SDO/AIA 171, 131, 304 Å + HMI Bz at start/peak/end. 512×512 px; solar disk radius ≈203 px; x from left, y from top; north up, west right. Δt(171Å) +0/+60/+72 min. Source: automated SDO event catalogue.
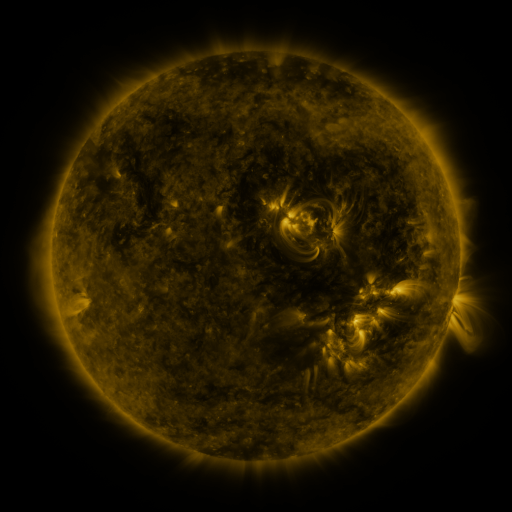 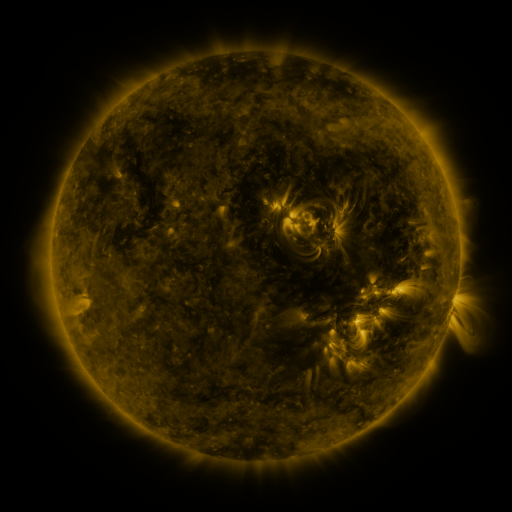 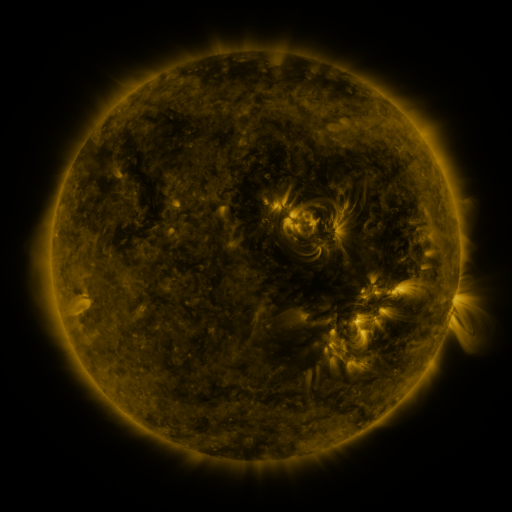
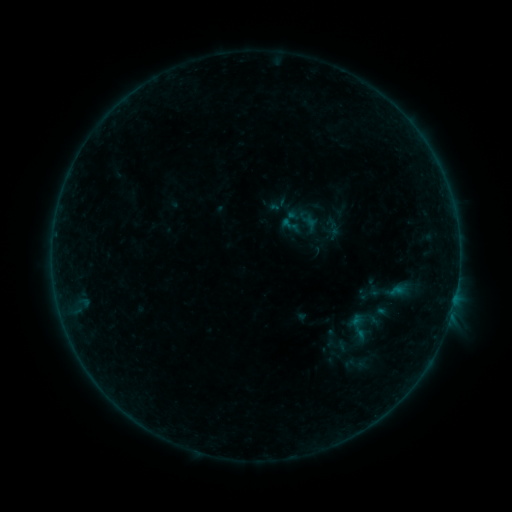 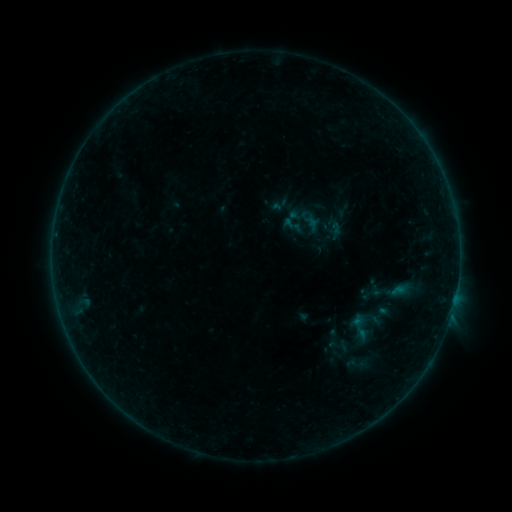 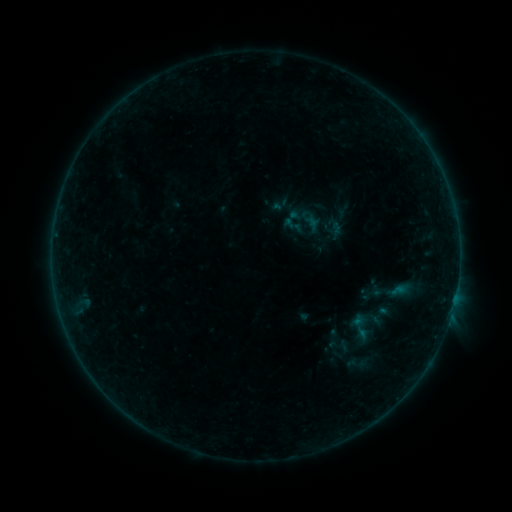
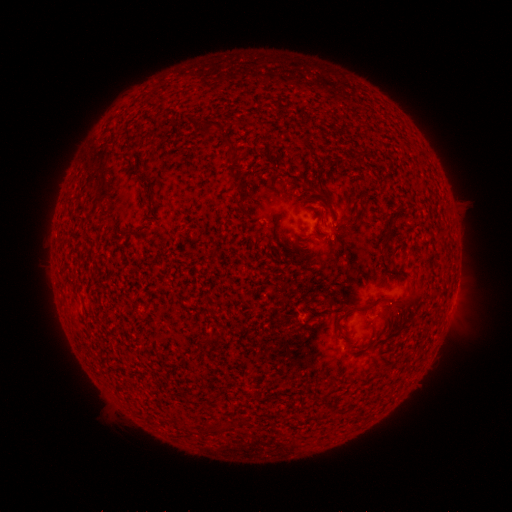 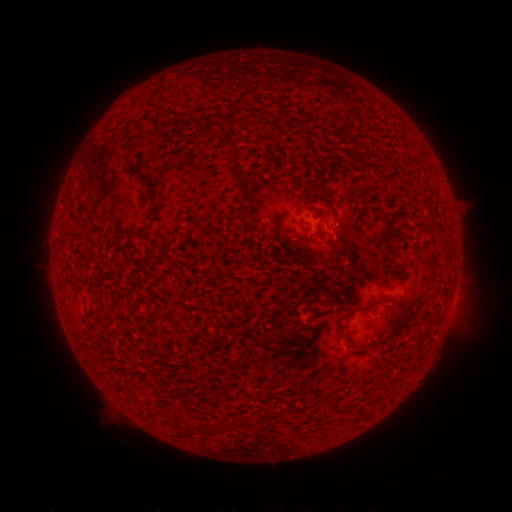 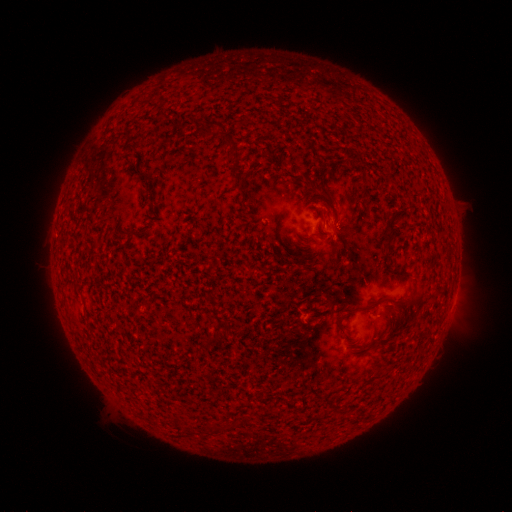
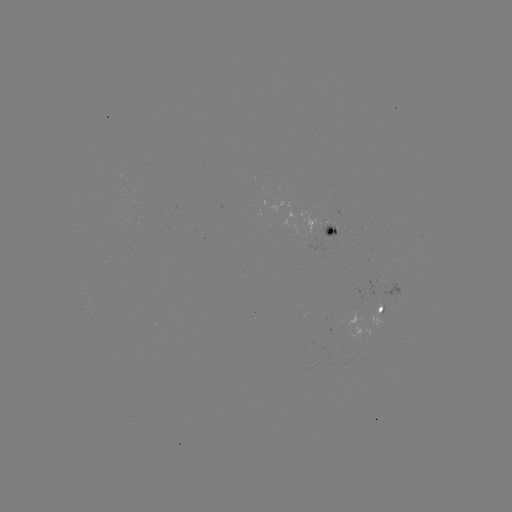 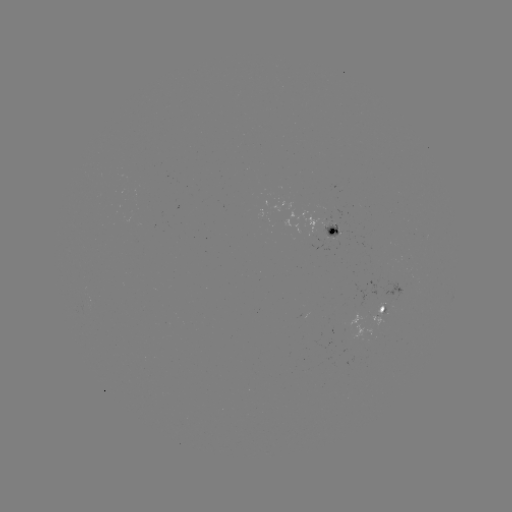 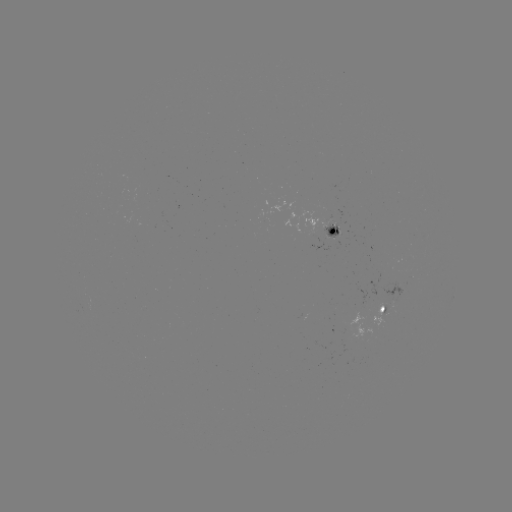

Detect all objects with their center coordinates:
emerging-flux region: (333, 227)
